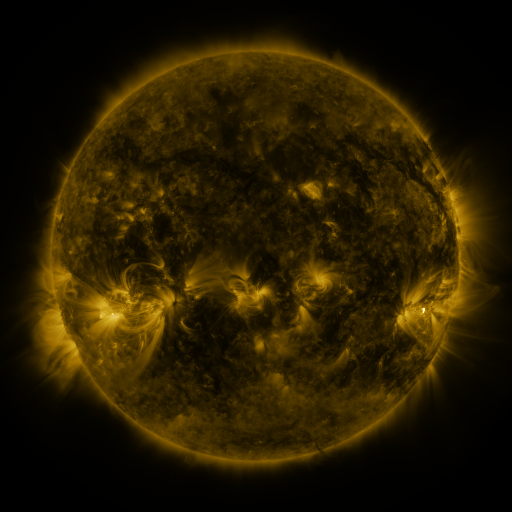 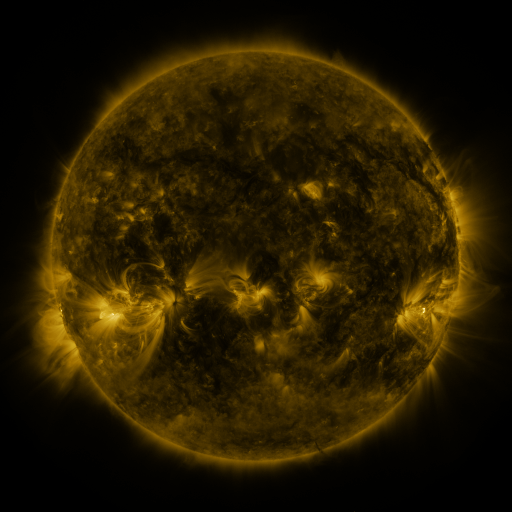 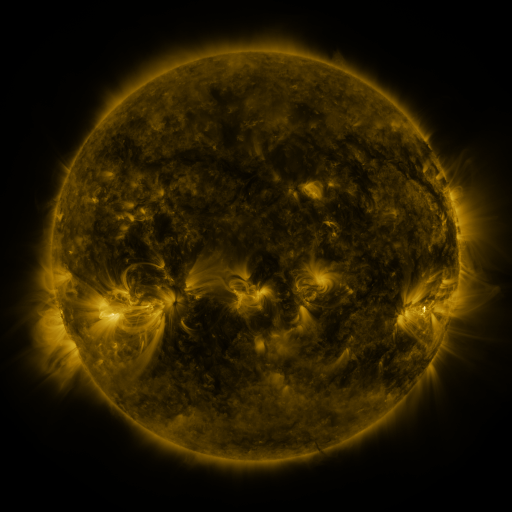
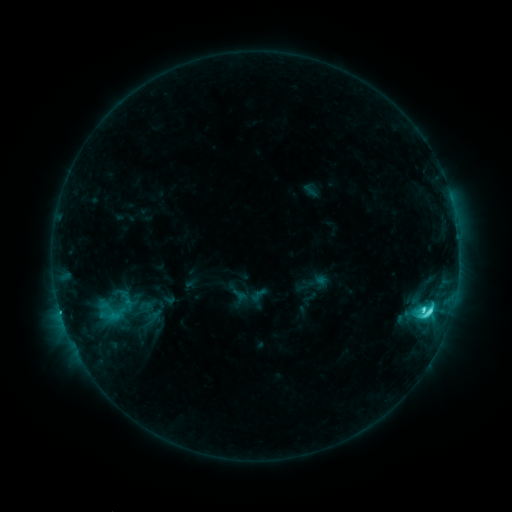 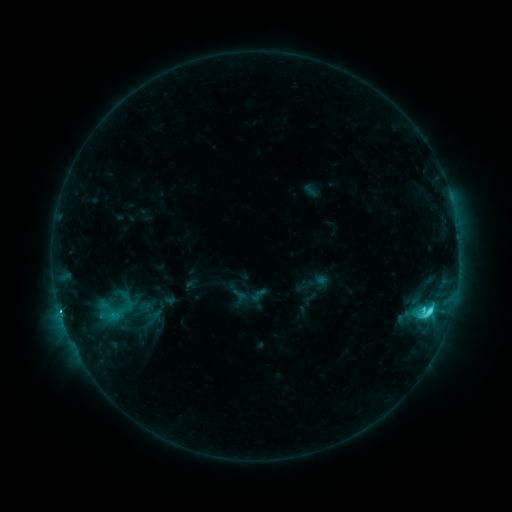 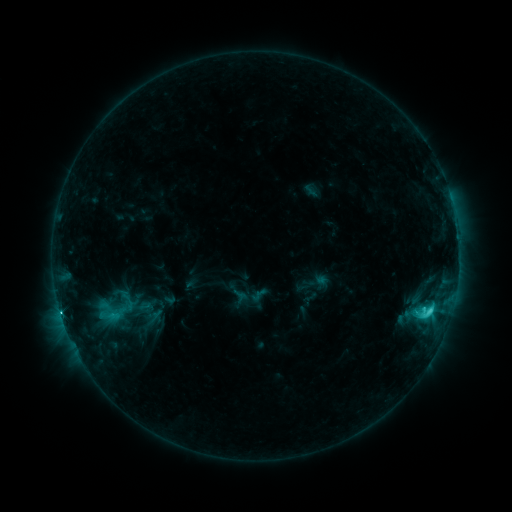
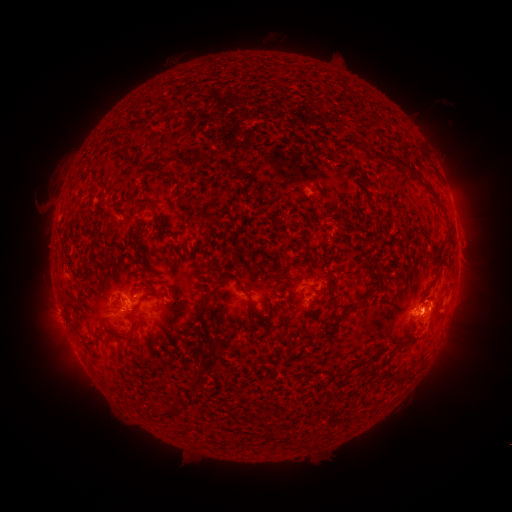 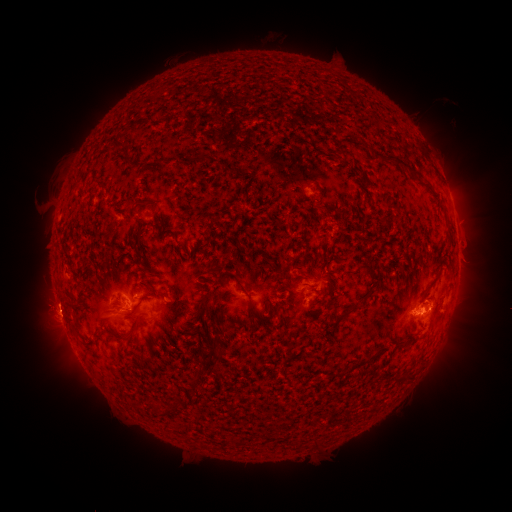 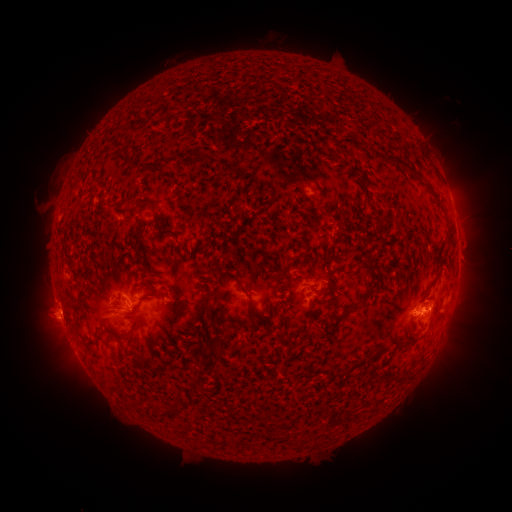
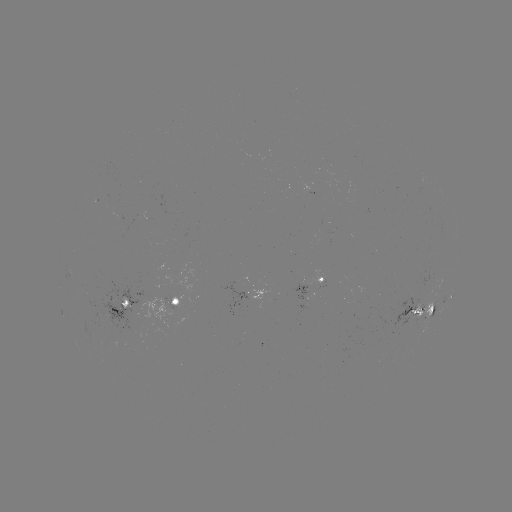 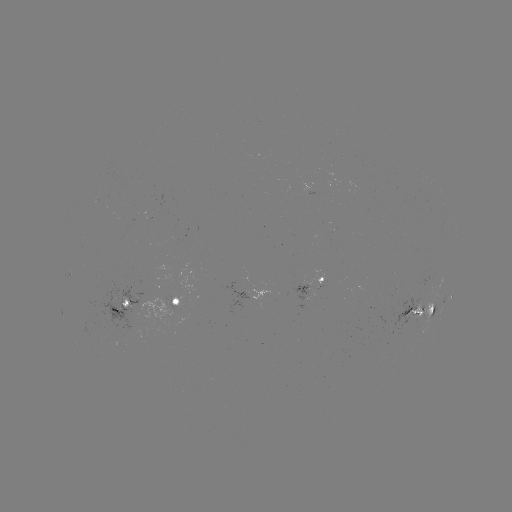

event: flare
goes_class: C6.1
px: (60, 311)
